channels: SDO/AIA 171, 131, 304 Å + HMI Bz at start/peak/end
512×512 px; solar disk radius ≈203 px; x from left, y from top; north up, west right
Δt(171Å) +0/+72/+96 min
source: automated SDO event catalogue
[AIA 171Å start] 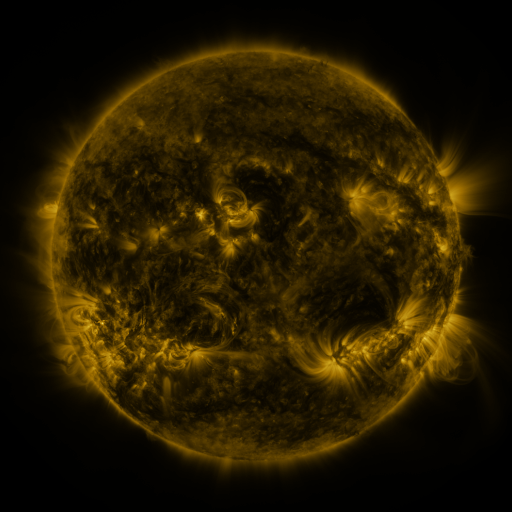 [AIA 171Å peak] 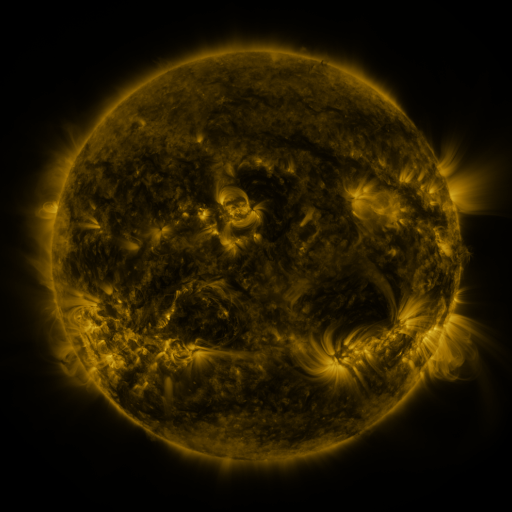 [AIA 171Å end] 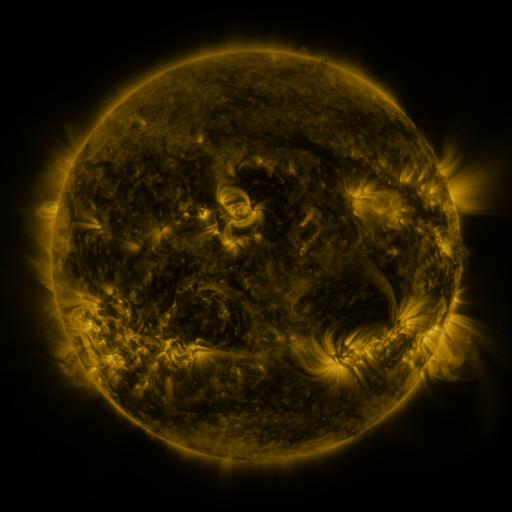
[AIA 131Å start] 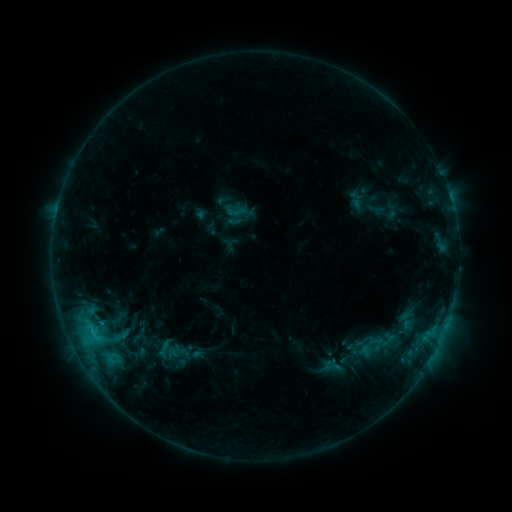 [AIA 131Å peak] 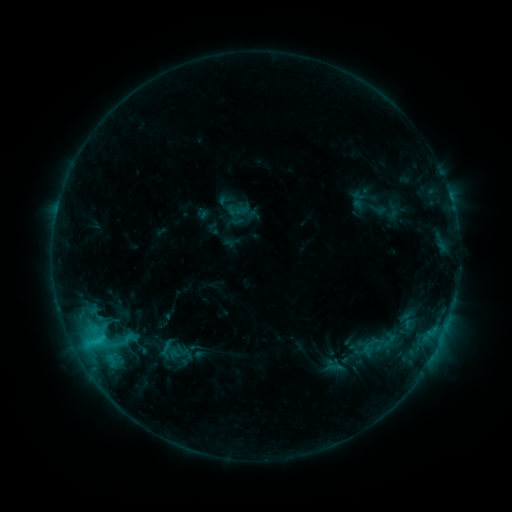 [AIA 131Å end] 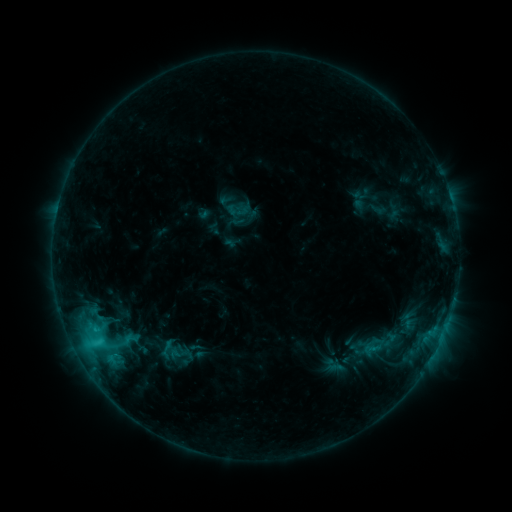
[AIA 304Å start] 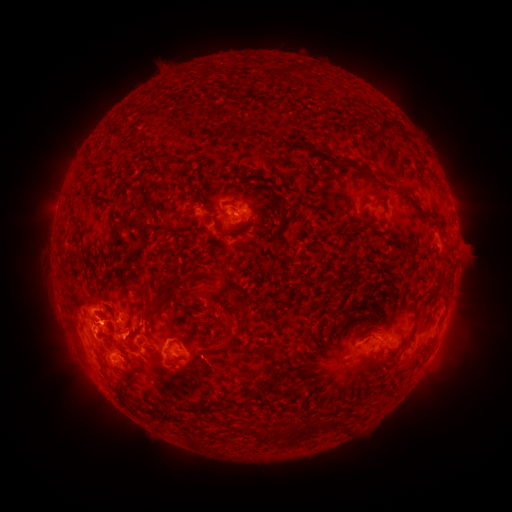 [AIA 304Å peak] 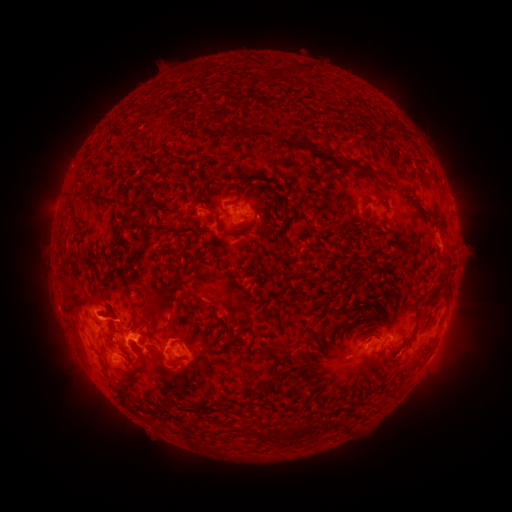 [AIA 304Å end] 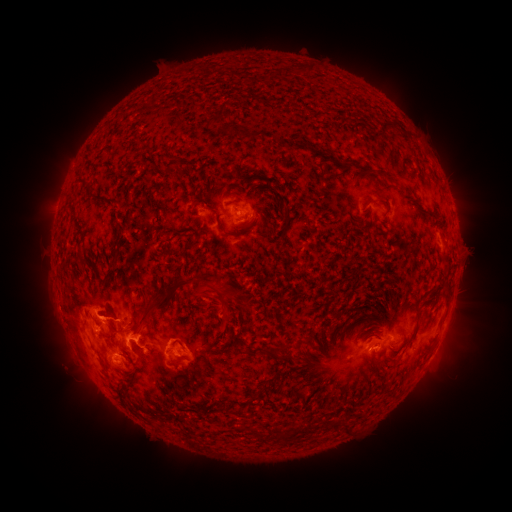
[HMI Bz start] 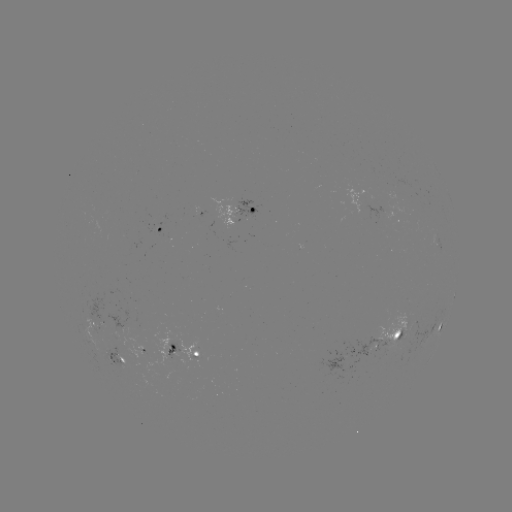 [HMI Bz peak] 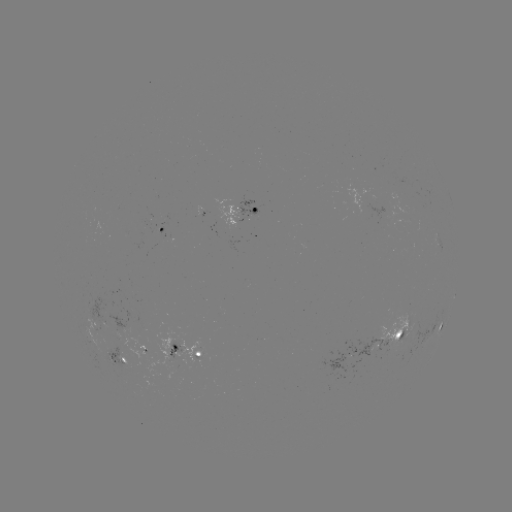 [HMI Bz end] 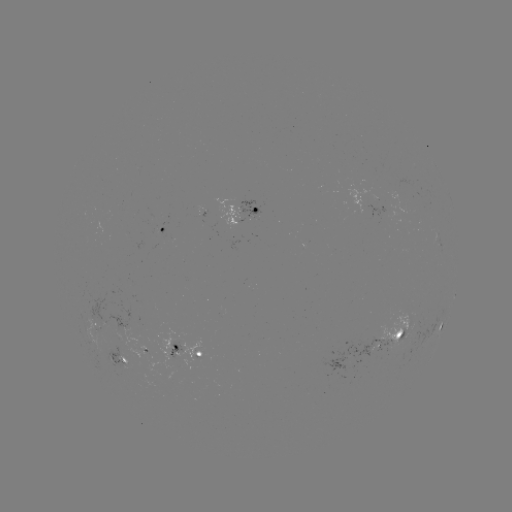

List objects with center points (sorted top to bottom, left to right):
emerging-flux region: (117, 344)
